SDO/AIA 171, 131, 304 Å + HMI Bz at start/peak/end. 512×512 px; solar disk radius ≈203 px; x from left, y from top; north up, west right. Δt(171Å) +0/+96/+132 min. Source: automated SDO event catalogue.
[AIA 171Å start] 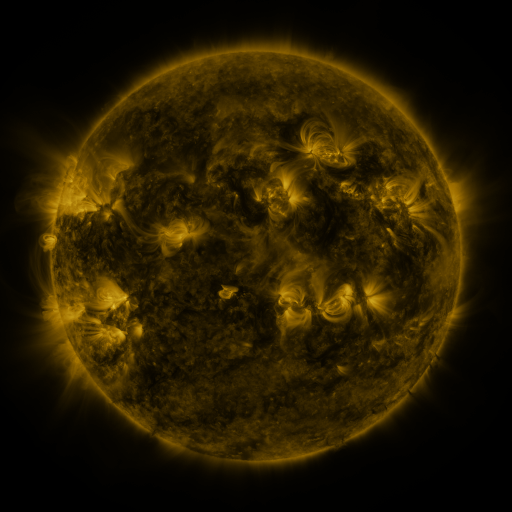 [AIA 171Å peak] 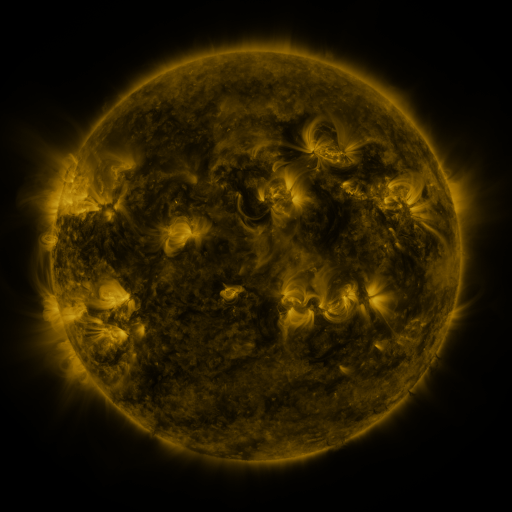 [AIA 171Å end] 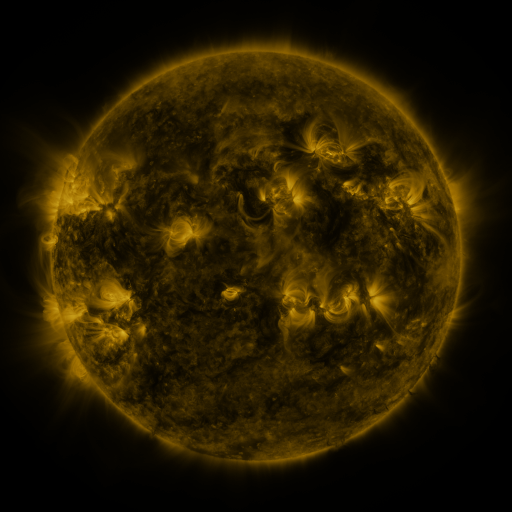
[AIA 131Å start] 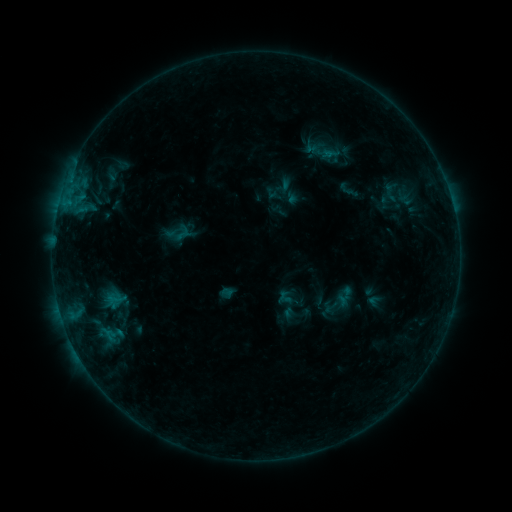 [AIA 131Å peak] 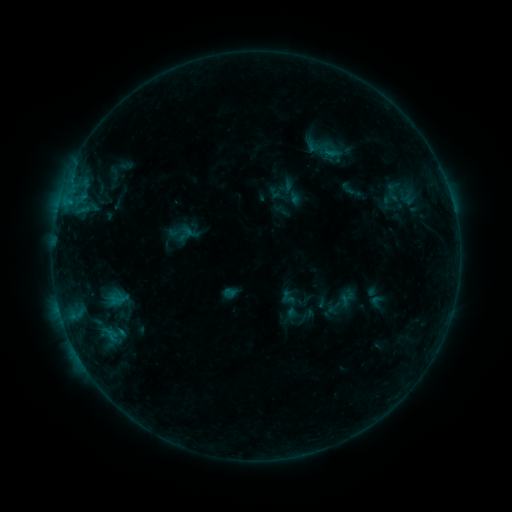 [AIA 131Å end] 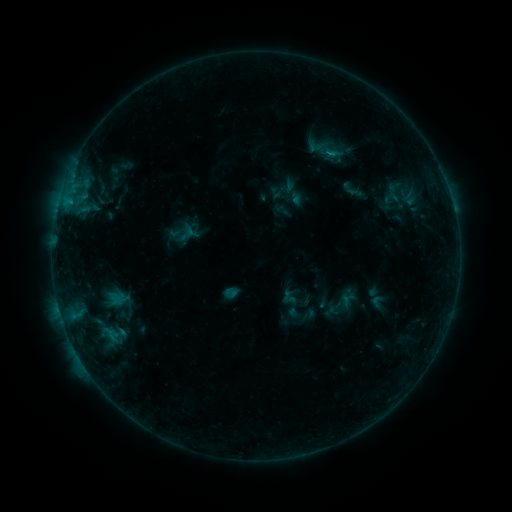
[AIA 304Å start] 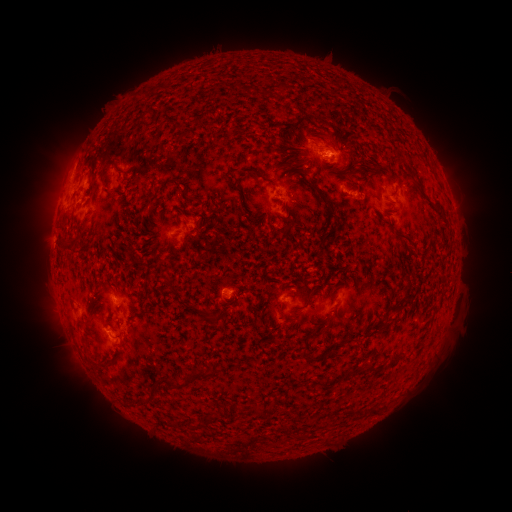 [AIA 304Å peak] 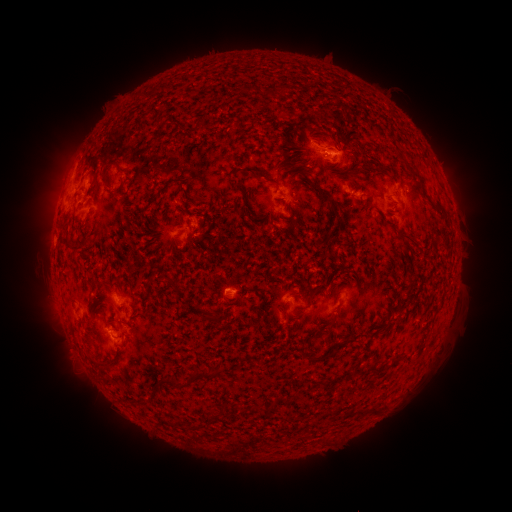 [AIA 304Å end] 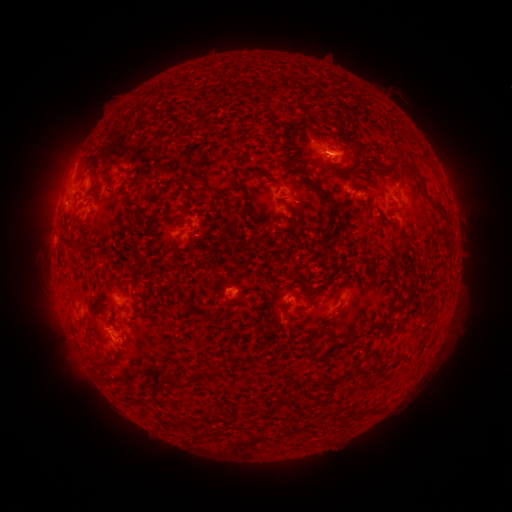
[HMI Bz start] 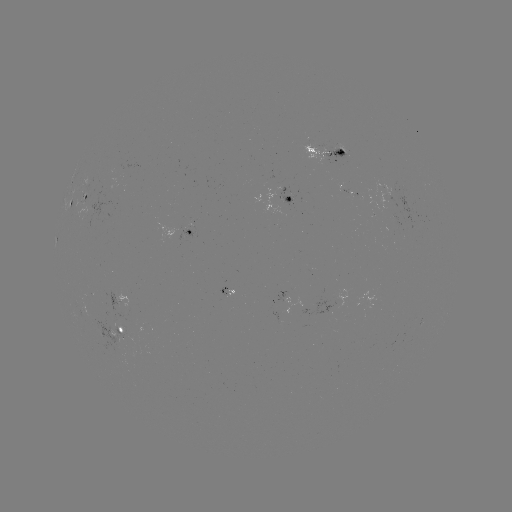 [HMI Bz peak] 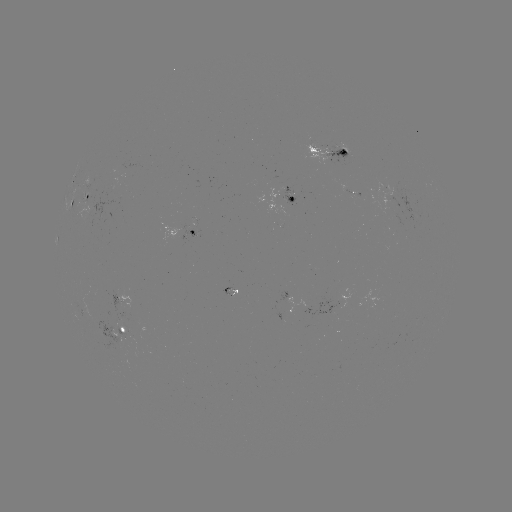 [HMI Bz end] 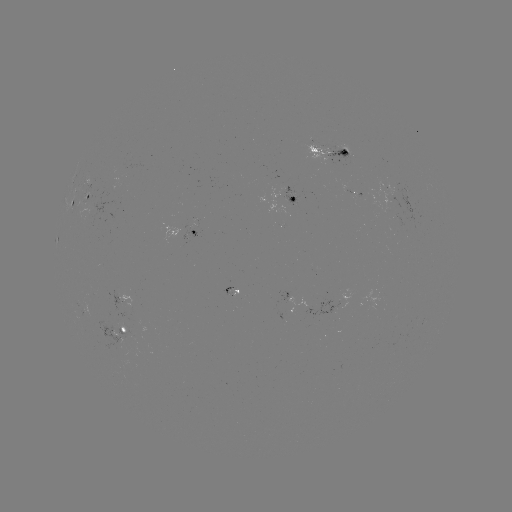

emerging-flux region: [87, 322, 133, 350]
